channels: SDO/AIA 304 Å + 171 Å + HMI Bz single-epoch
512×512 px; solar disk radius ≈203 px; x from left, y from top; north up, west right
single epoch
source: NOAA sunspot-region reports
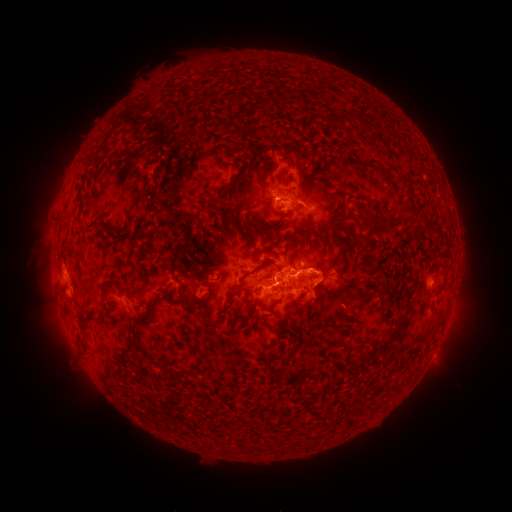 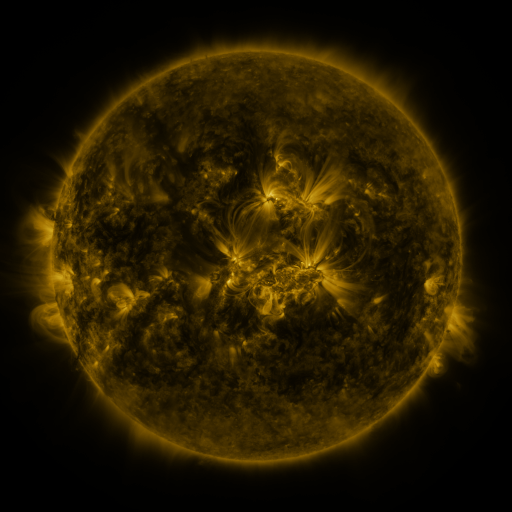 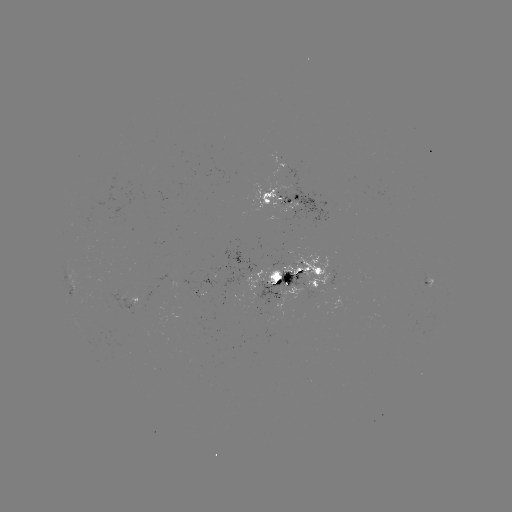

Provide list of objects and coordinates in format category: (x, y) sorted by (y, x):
spotted active region: (287, 199)
spotted active region: (297, 280)
spotted active region: (427, 283)
spotted active region: (132, 309)
